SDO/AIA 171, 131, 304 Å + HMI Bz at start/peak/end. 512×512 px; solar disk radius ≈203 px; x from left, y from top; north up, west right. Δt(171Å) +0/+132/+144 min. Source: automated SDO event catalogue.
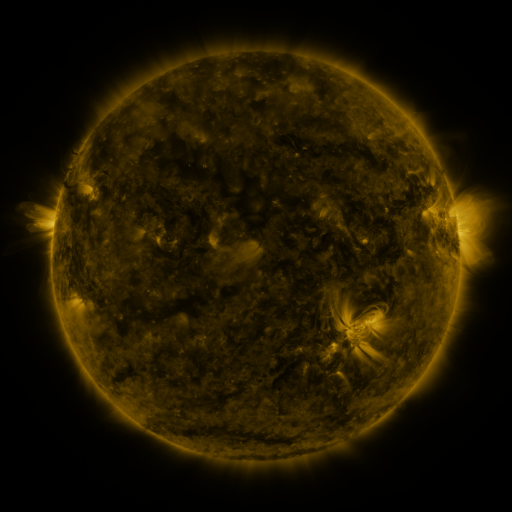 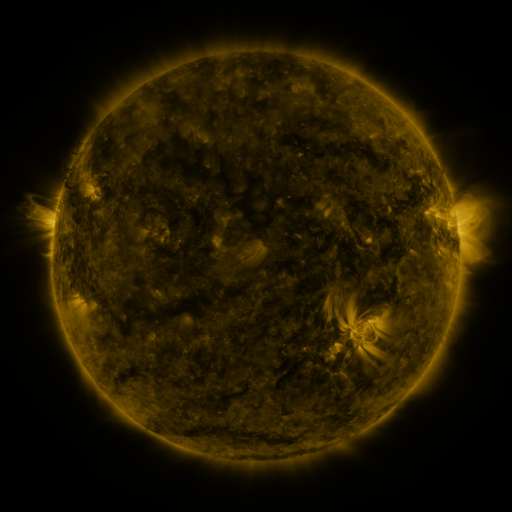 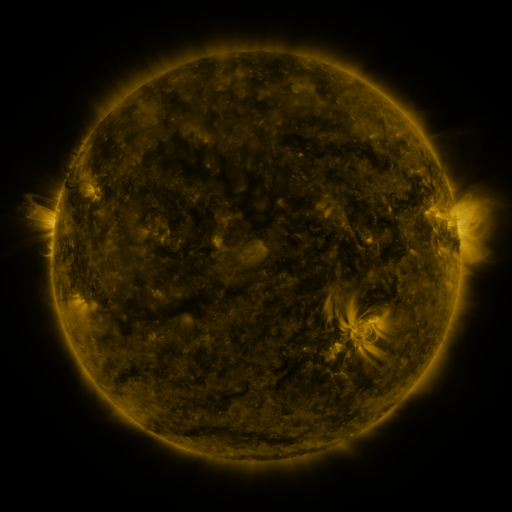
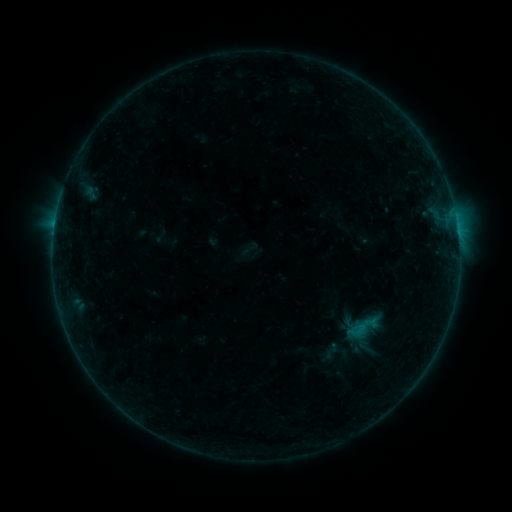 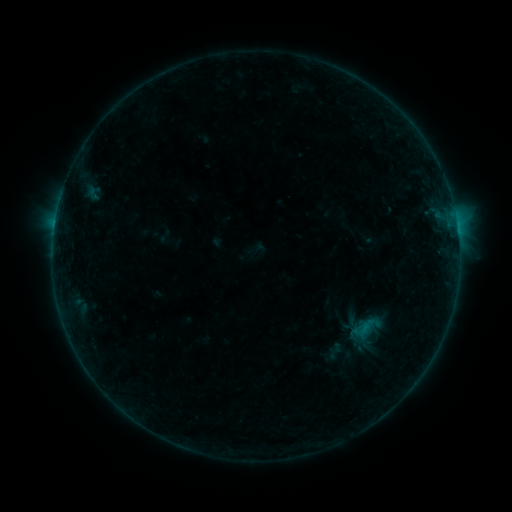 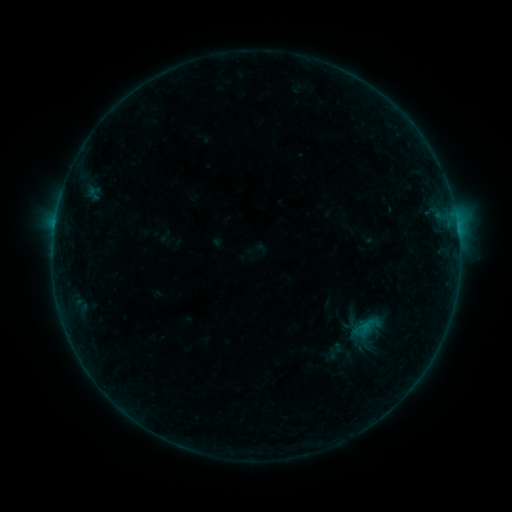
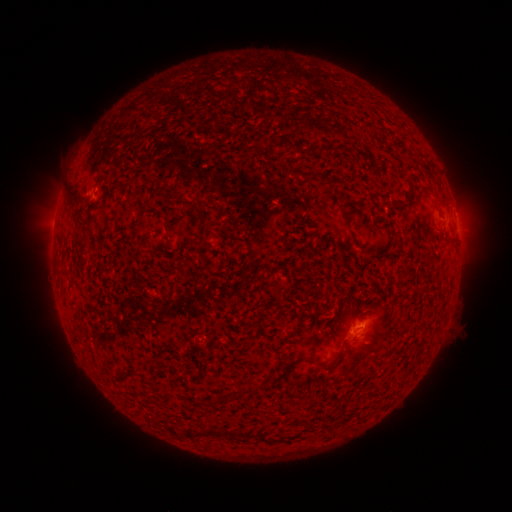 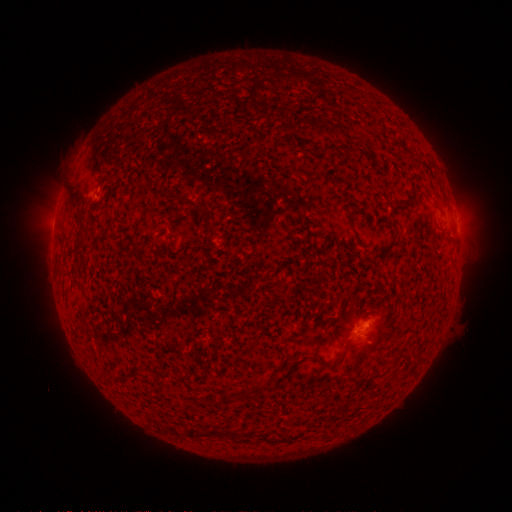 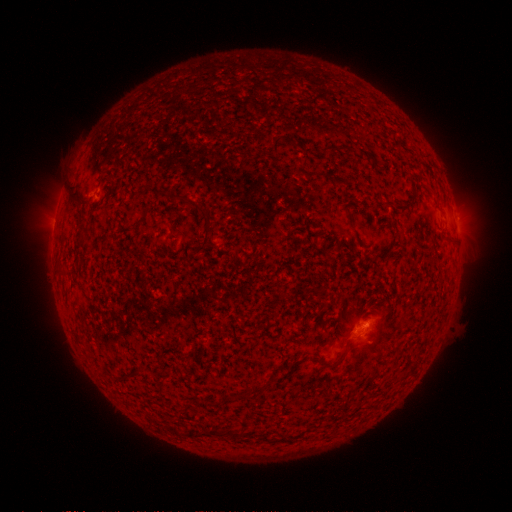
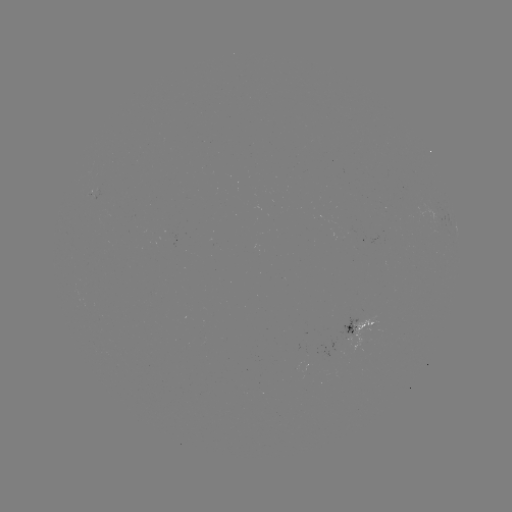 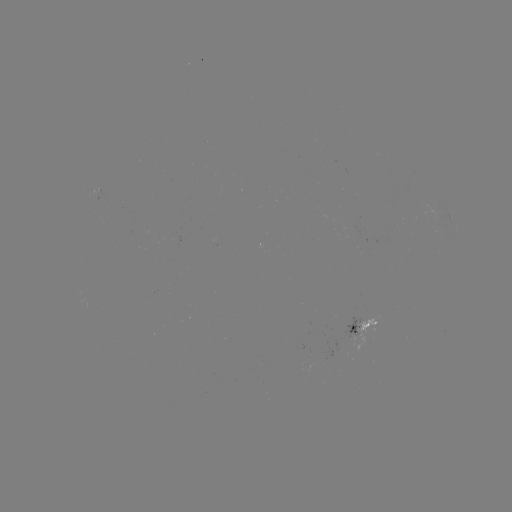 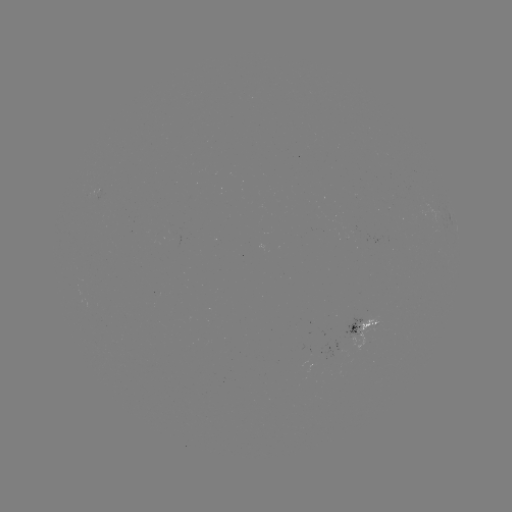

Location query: emerging-flux region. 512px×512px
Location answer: (371, 326).